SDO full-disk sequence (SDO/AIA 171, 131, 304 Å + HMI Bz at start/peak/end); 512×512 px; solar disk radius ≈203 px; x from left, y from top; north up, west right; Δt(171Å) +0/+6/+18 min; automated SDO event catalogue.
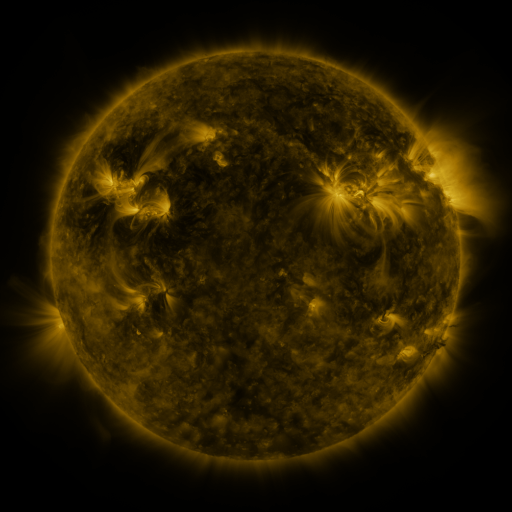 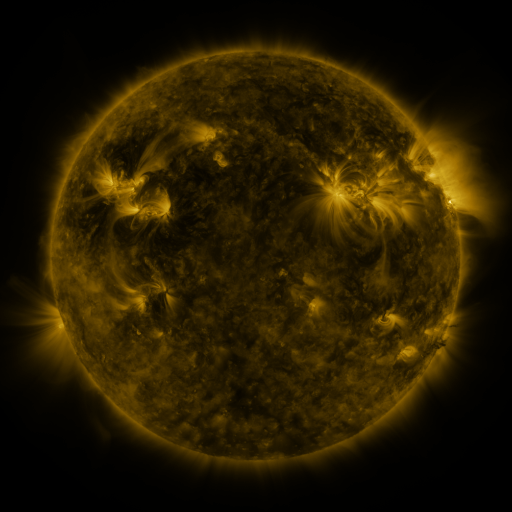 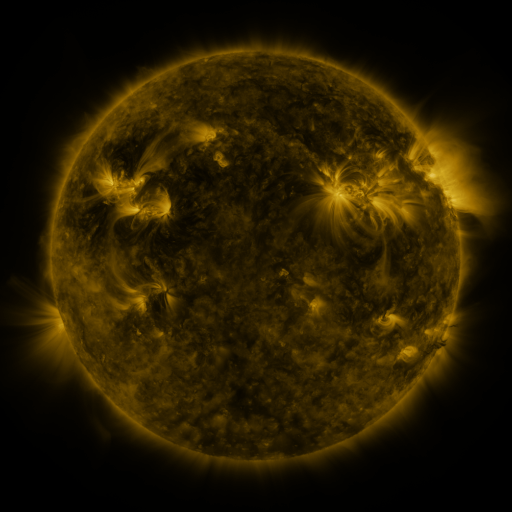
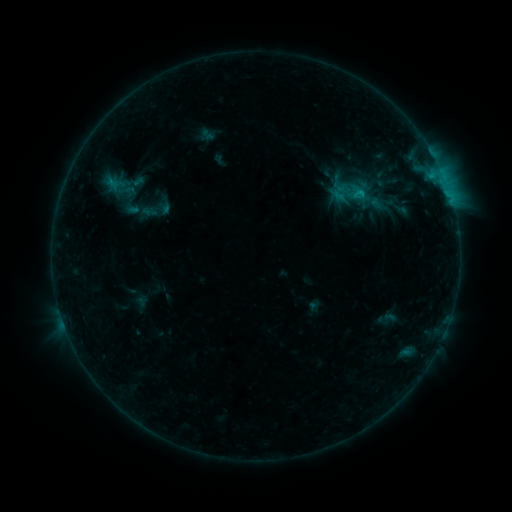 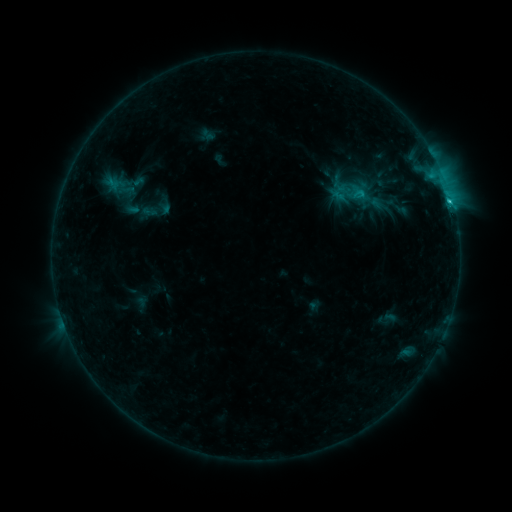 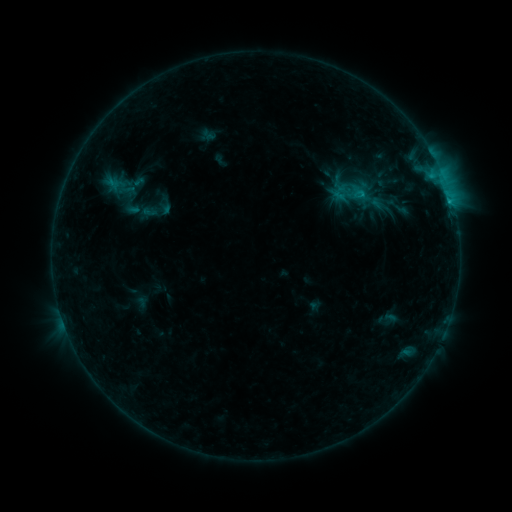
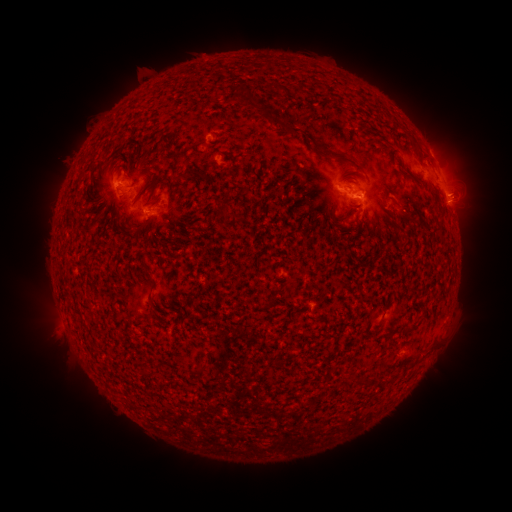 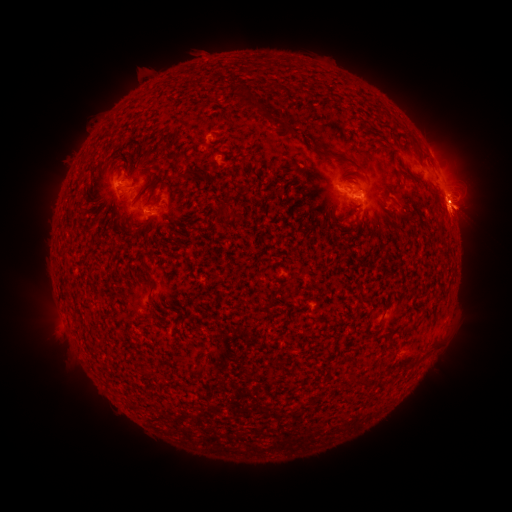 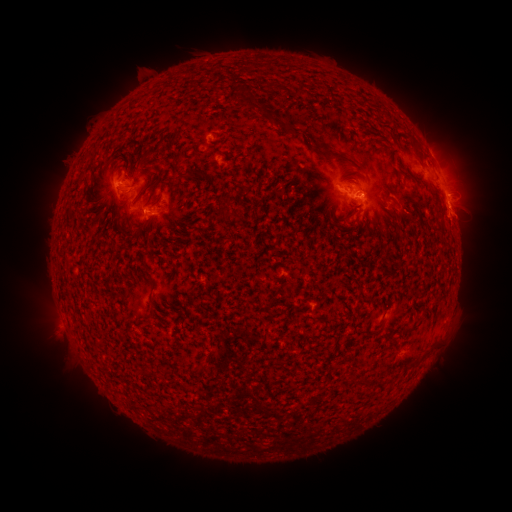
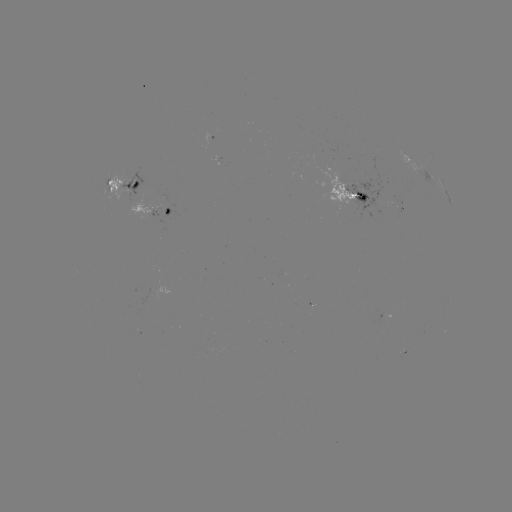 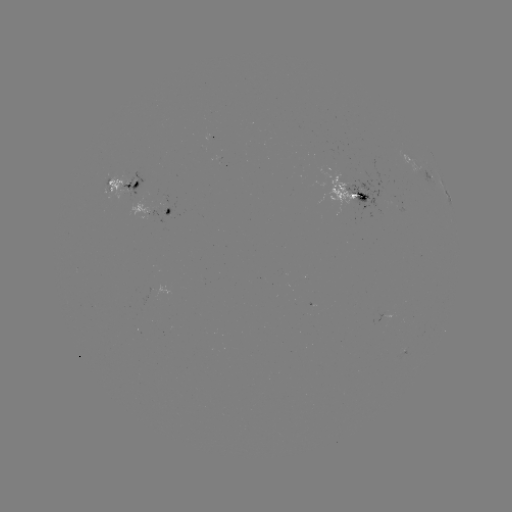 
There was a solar flare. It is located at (449, 203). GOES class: C1.4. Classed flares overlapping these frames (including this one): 1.